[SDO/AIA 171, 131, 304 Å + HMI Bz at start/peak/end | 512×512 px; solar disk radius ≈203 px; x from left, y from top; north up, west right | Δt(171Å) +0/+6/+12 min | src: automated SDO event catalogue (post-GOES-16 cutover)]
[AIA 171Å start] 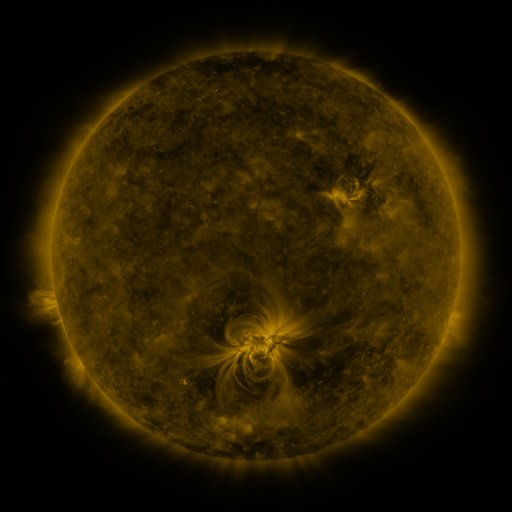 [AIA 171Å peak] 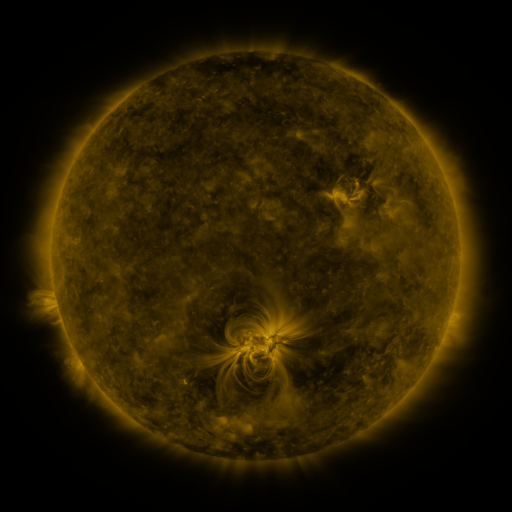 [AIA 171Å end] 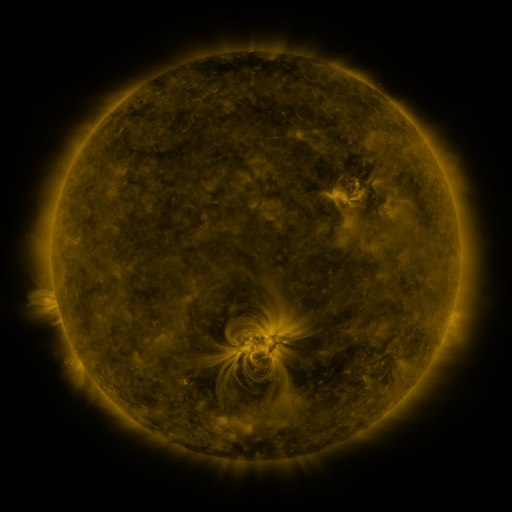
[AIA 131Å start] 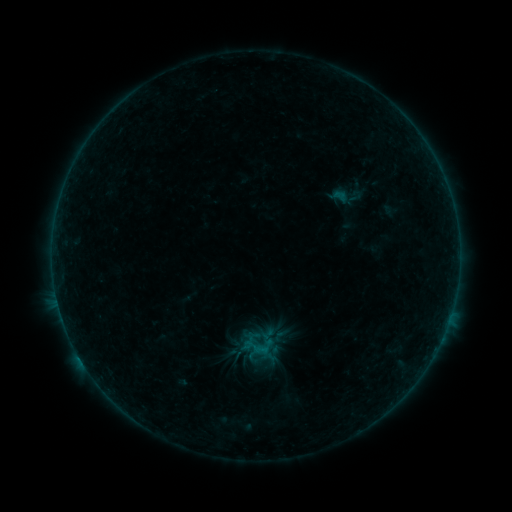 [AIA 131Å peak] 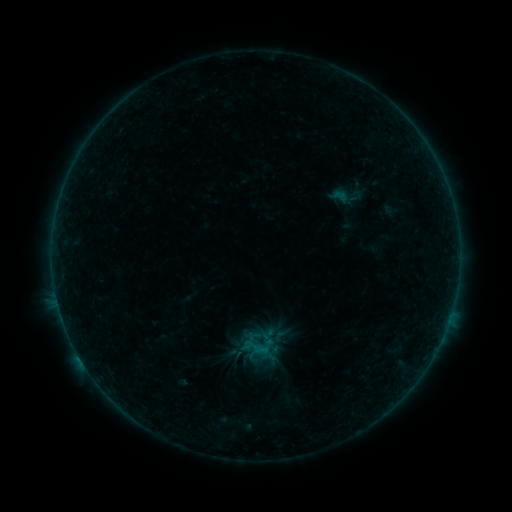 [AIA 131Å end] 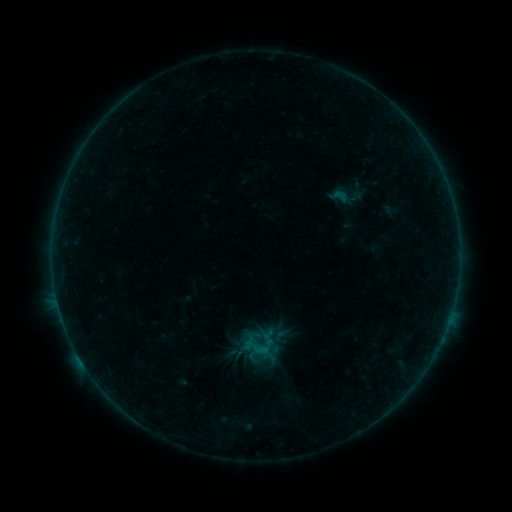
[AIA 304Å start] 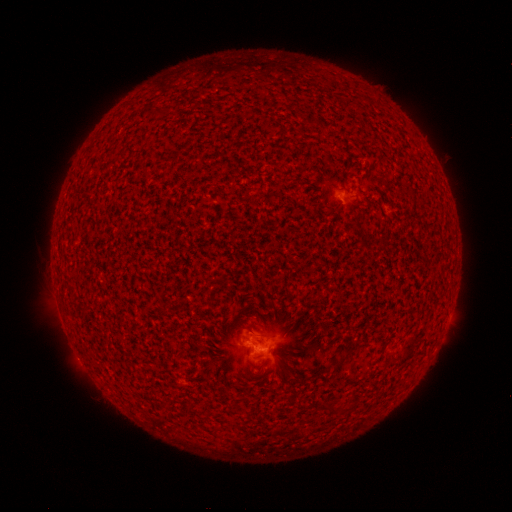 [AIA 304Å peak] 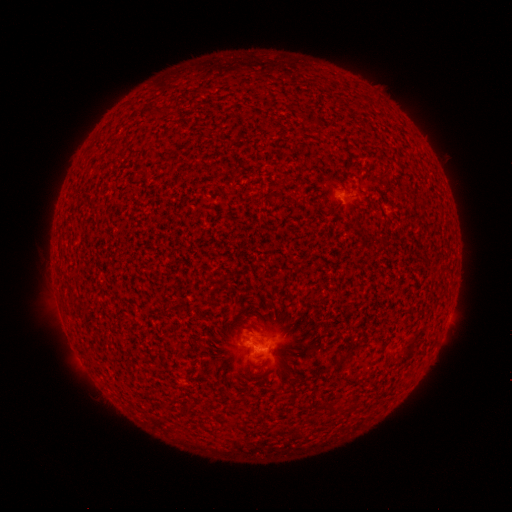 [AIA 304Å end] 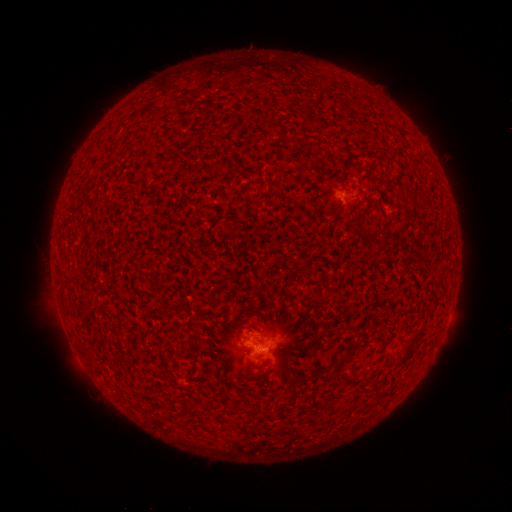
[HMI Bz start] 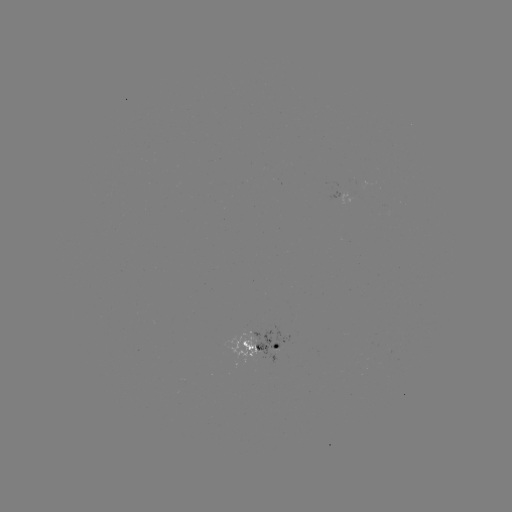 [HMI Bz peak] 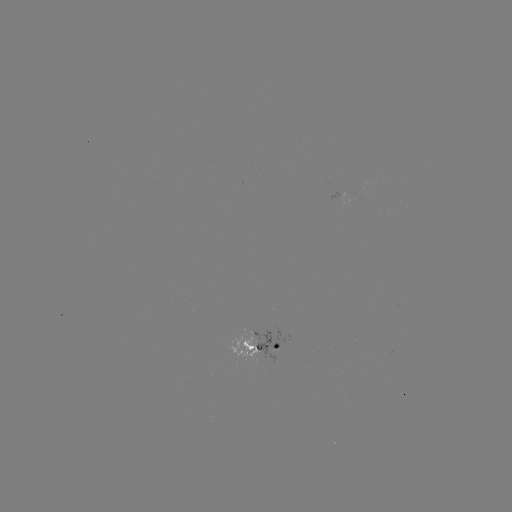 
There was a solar flare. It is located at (78, 354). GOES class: B2.9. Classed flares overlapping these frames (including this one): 2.